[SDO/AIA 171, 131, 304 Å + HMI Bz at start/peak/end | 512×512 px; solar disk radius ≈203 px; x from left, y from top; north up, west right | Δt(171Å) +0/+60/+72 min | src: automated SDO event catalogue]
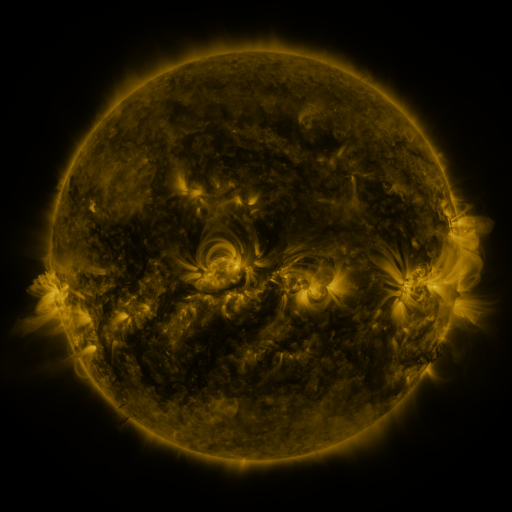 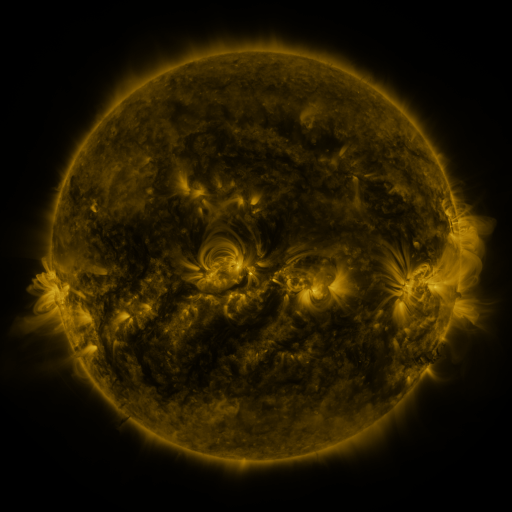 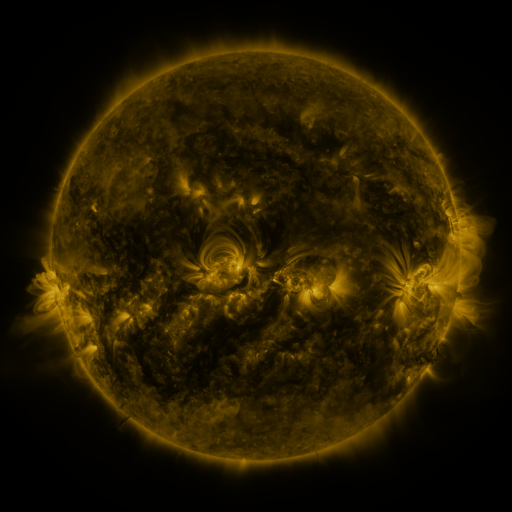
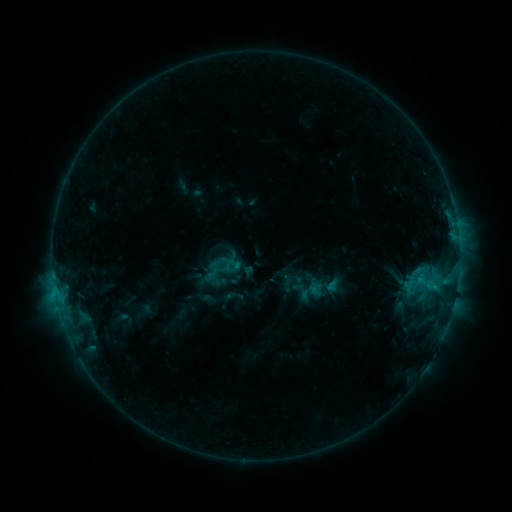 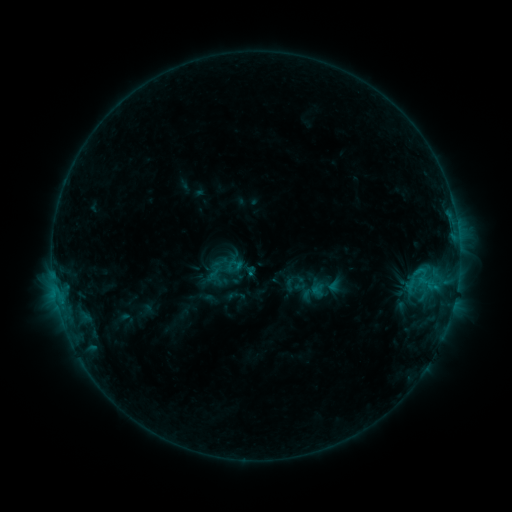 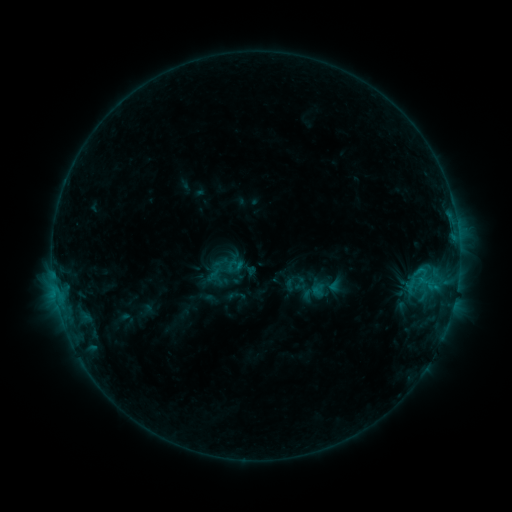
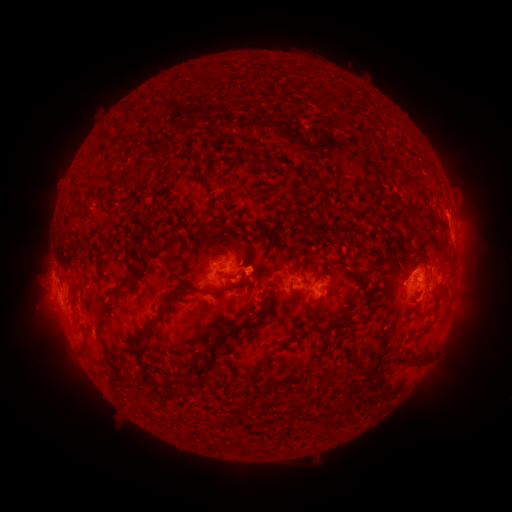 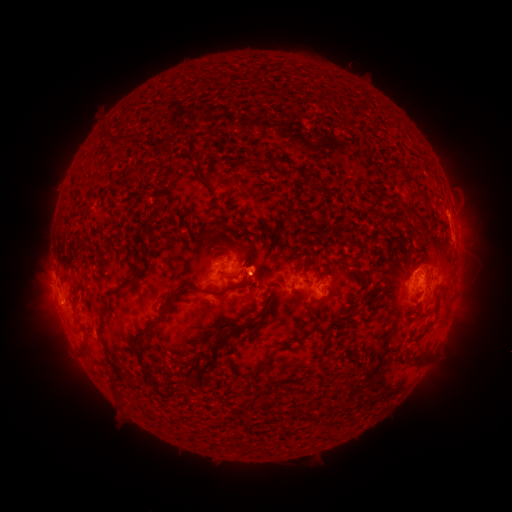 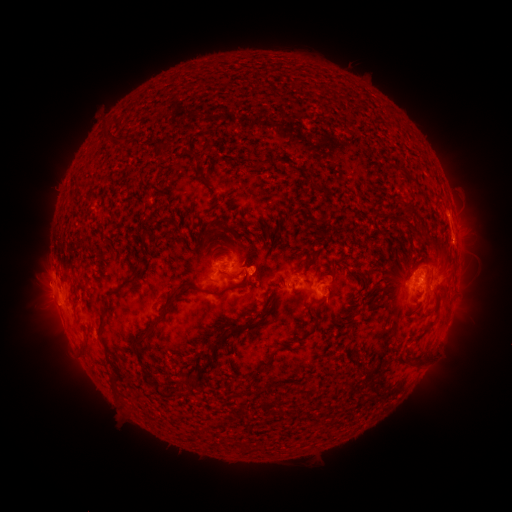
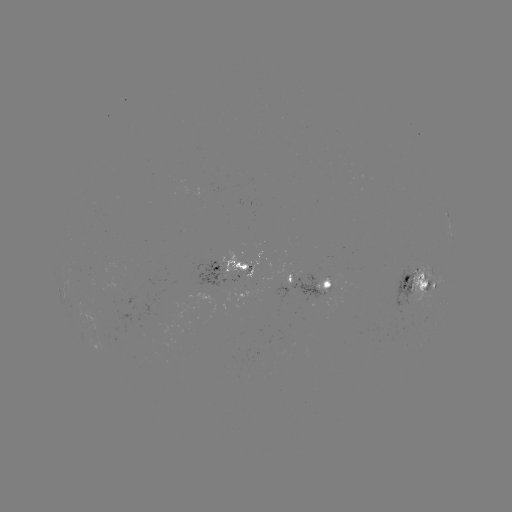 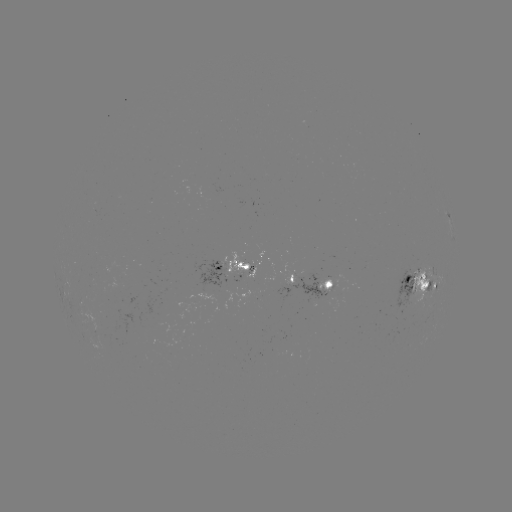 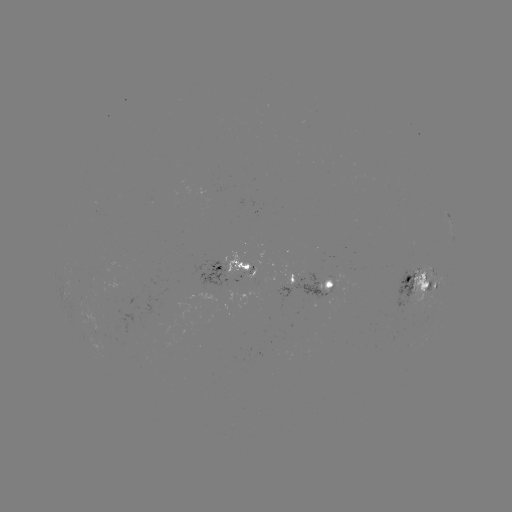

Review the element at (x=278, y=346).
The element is emerging-flux region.